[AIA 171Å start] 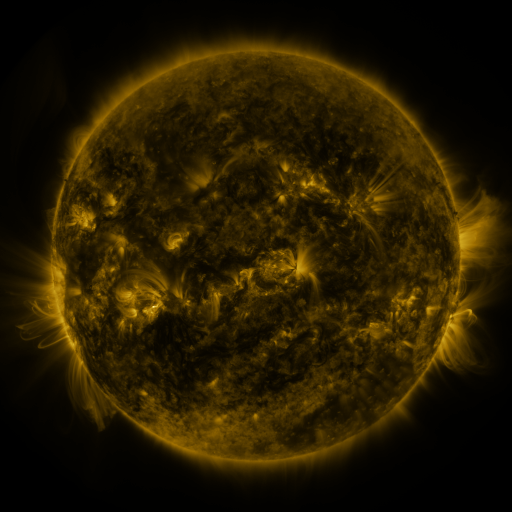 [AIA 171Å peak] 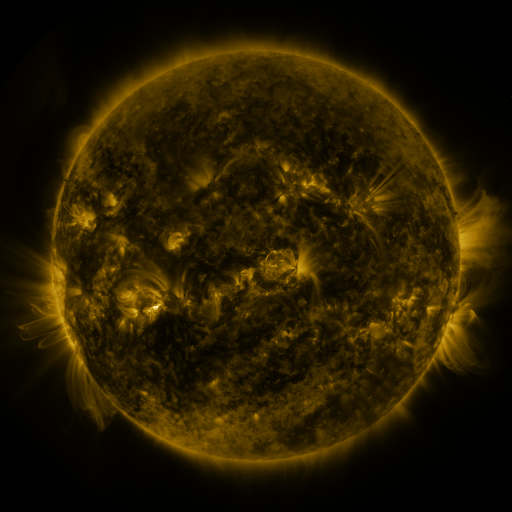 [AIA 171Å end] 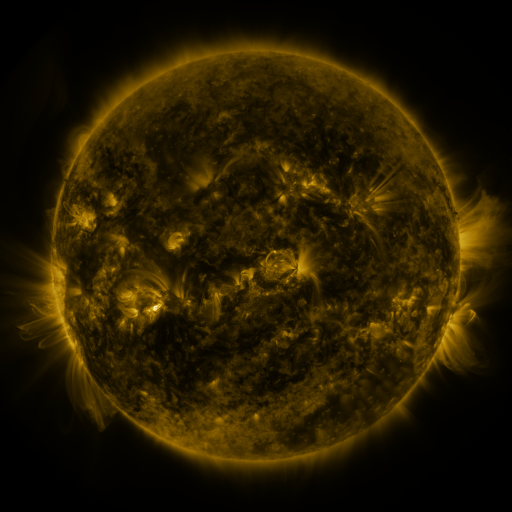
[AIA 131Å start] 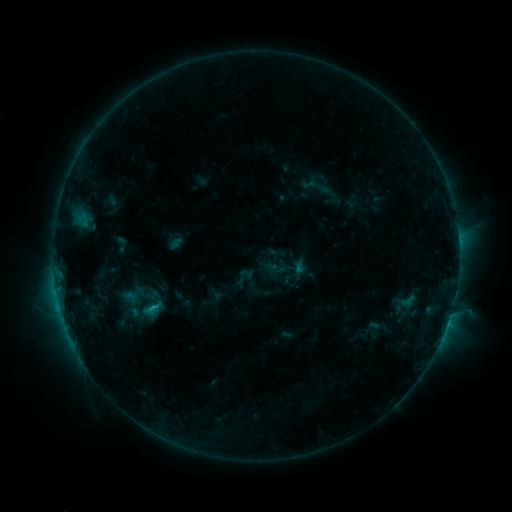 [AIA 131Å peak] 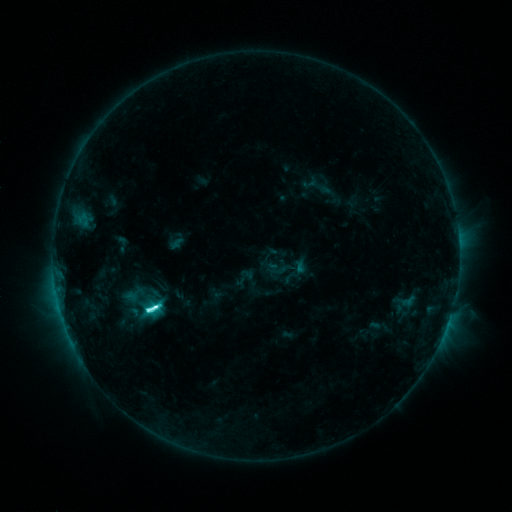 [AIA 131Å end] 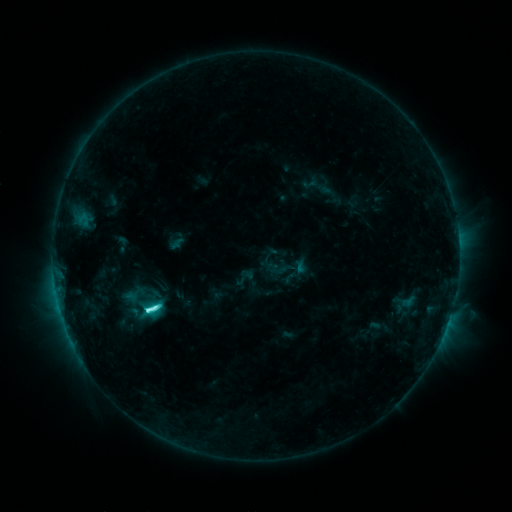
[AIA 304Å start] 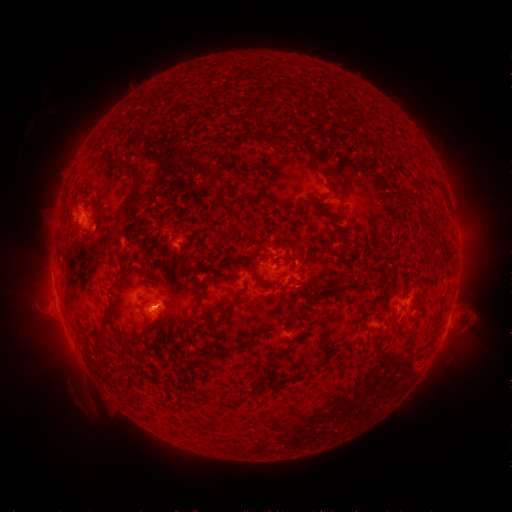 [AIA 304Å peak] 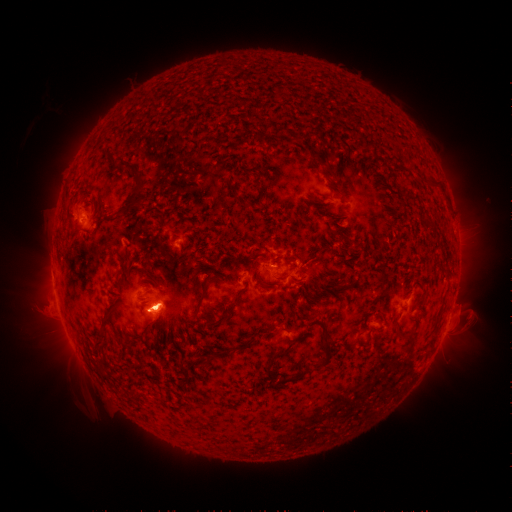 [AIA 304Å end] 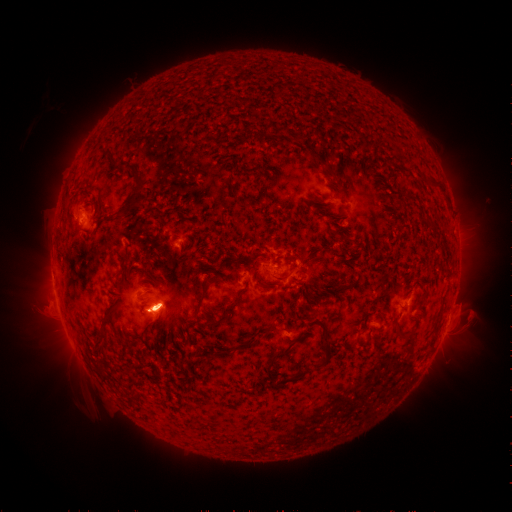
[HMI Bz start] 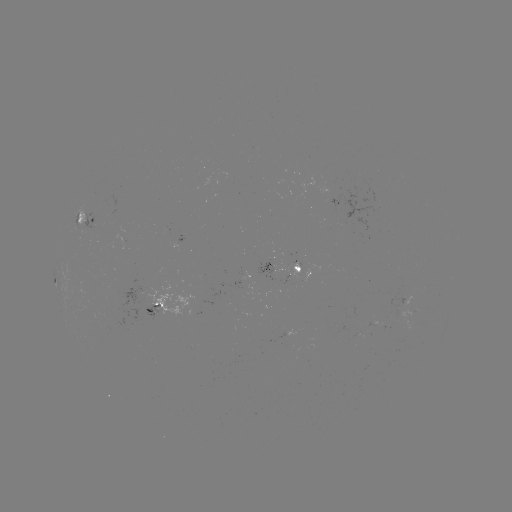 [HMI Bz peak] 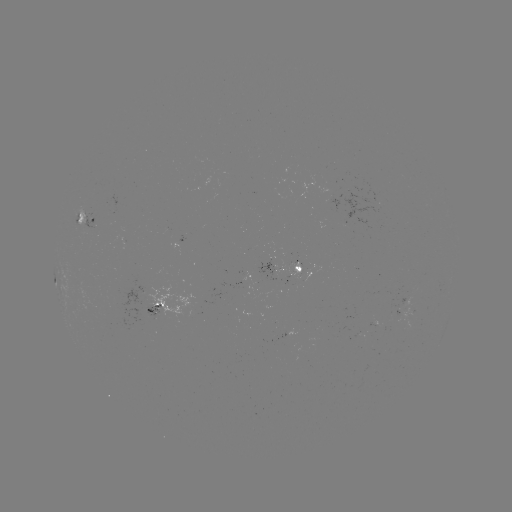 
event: flare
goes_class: C8.6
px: (154, 308)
